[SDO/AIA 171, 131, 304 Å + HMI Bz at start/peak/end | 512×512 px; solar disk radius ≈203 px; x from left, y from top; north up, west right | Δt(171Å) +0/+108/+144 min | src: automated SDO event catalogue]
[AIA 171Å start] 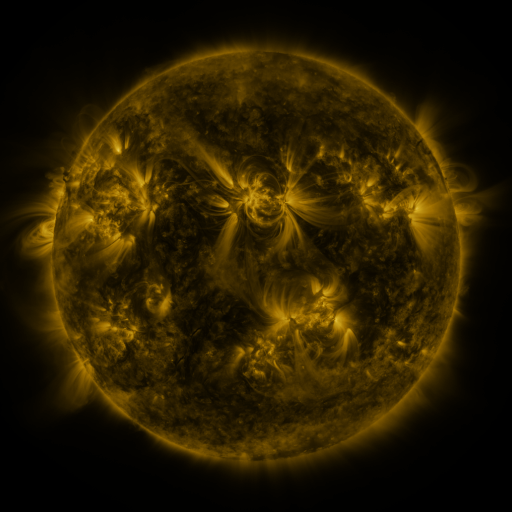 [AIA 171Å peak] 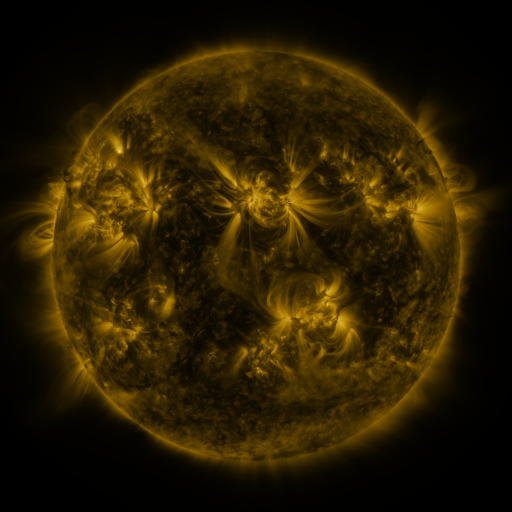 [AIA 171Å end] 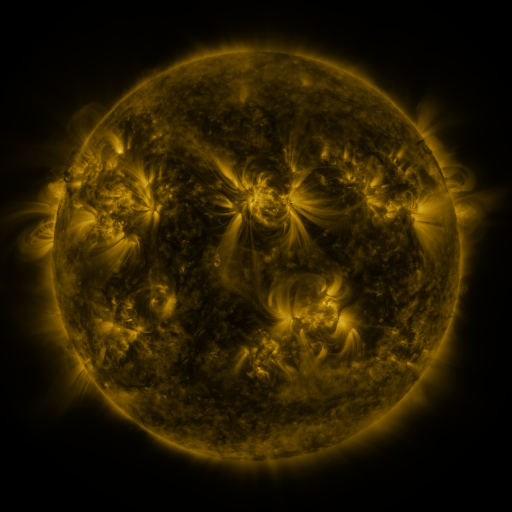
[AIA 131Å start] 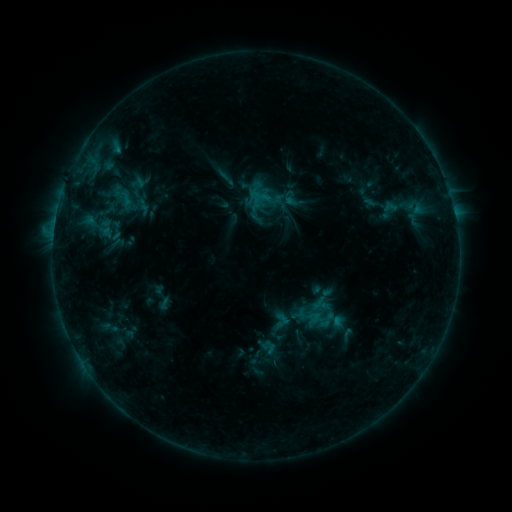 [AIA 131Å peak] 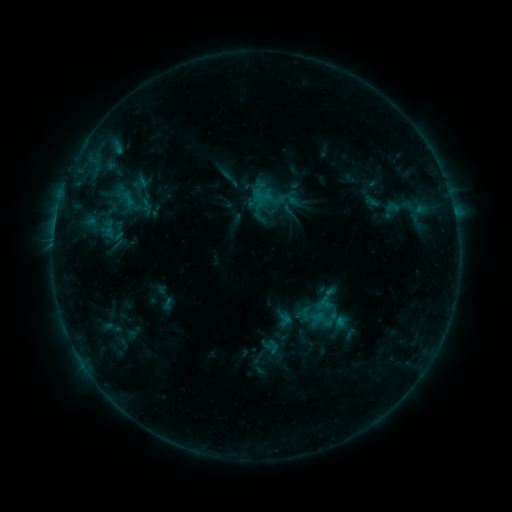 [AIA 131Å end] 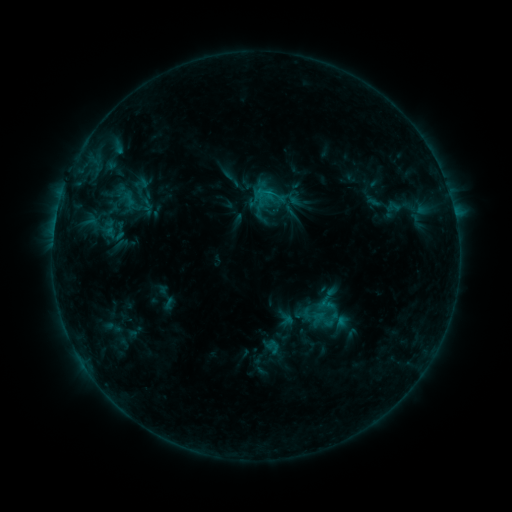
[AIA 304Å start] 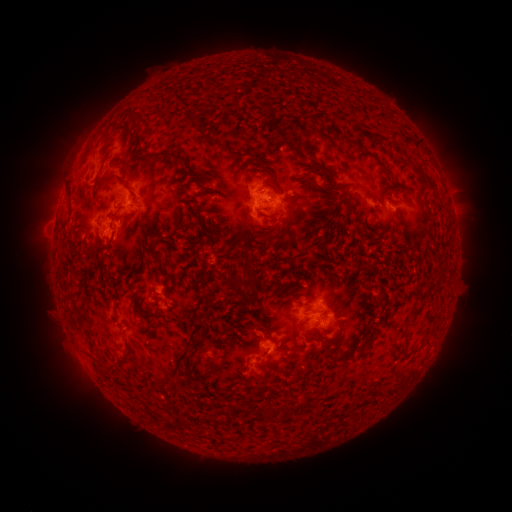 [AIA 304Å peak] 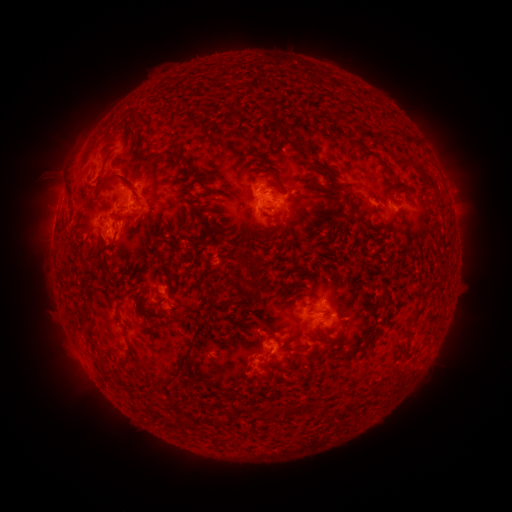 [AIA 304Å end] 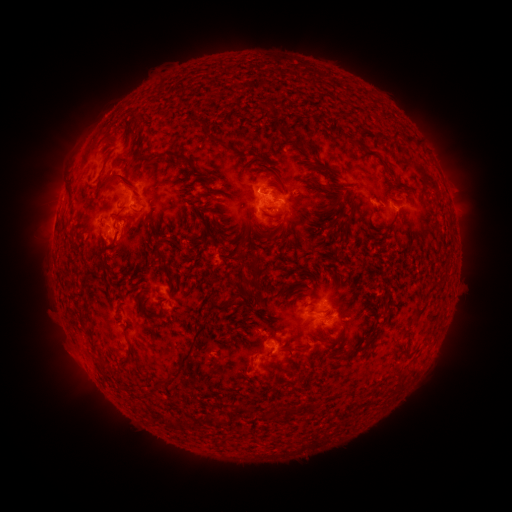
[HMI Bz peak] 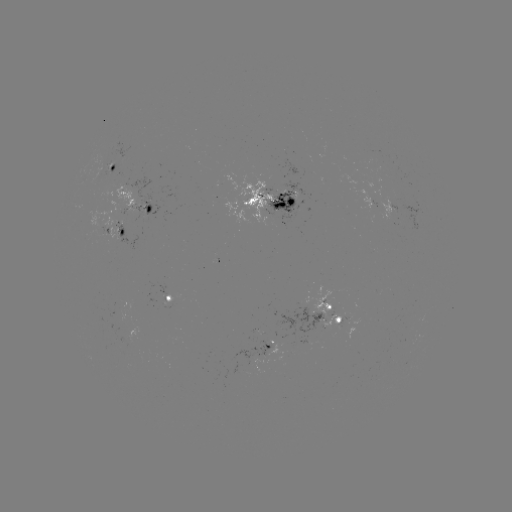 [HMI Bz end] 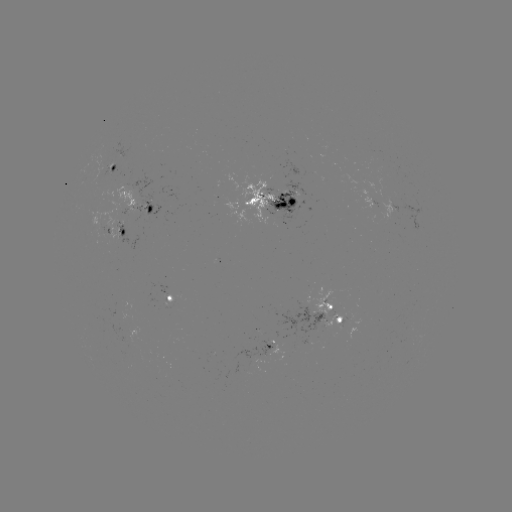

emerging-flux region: [231, 343, 272, 373]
